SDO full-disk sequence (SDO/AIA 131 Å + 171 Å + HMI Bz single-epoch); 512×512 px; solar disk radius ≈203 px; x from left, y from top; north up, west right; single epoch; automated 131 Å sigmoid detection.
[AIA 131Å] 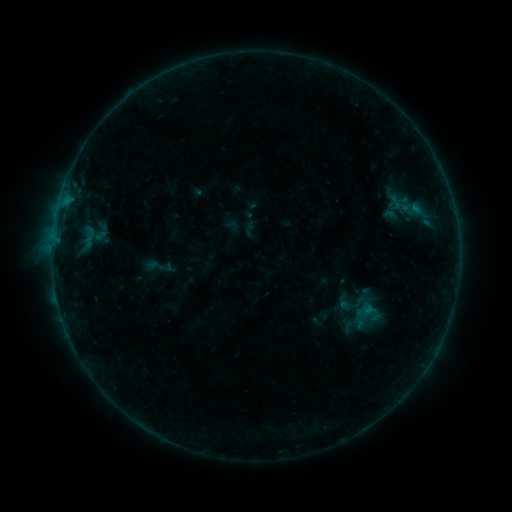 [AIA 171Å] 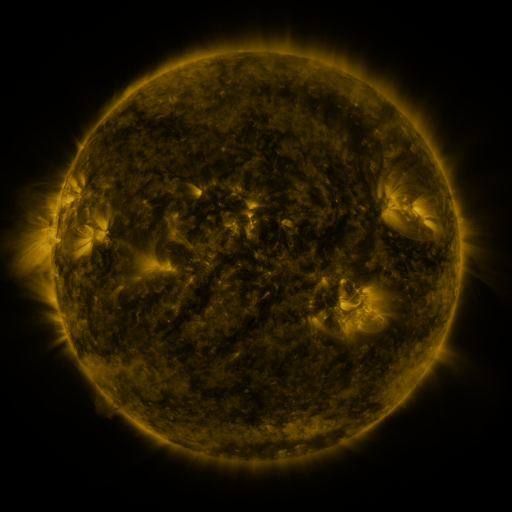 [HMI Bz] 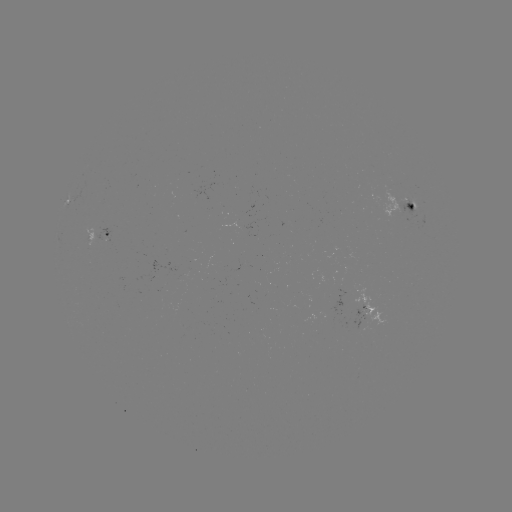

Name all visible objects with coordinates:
sigmoid: <bbox>387, 189, 416, 217</bbox>
sigmoid: <bbox>144, 252, 175, 280</bbox>
